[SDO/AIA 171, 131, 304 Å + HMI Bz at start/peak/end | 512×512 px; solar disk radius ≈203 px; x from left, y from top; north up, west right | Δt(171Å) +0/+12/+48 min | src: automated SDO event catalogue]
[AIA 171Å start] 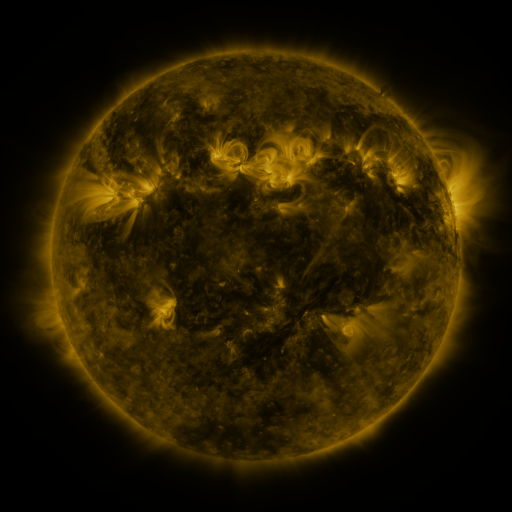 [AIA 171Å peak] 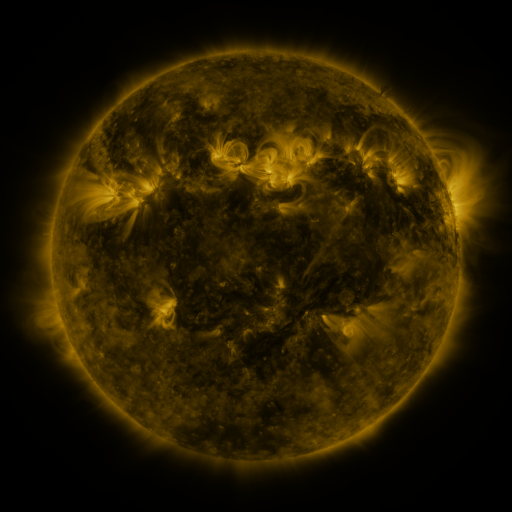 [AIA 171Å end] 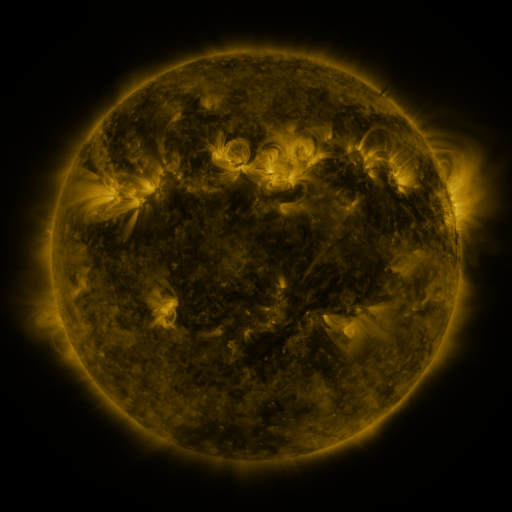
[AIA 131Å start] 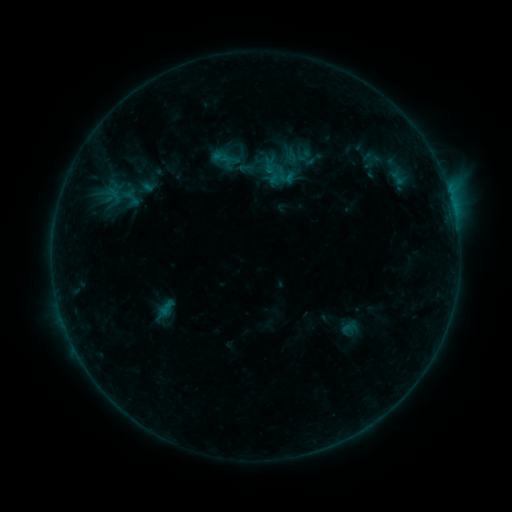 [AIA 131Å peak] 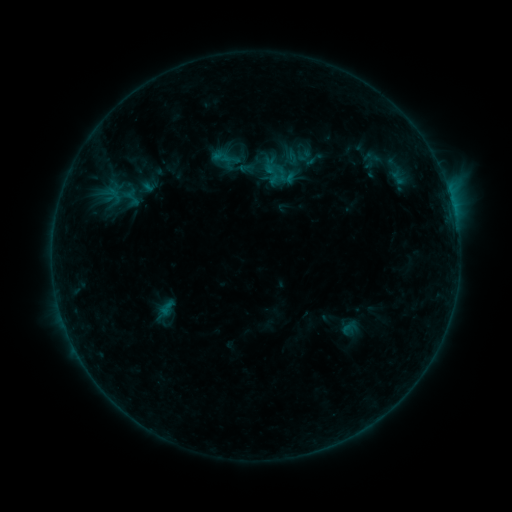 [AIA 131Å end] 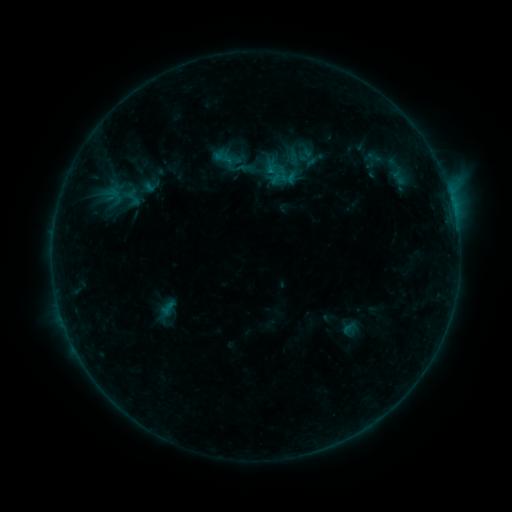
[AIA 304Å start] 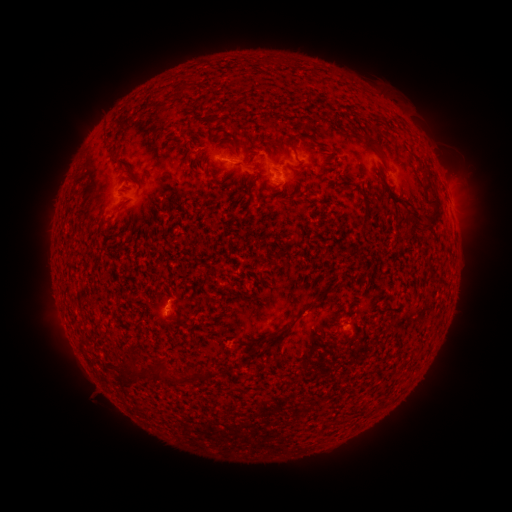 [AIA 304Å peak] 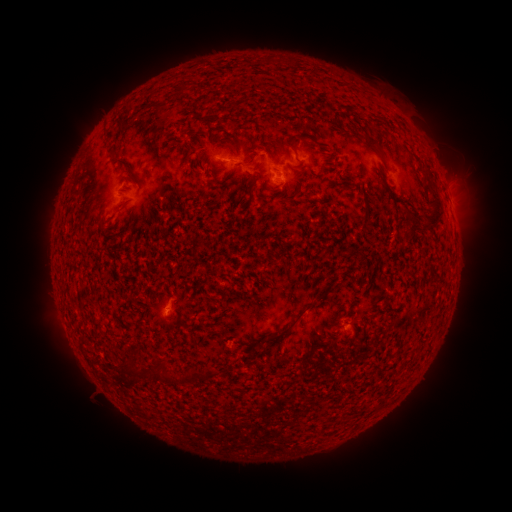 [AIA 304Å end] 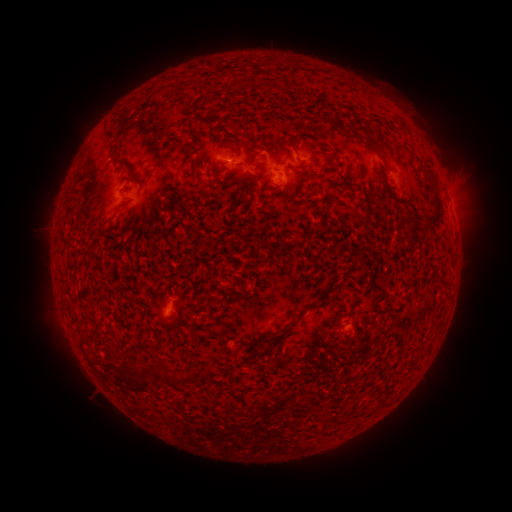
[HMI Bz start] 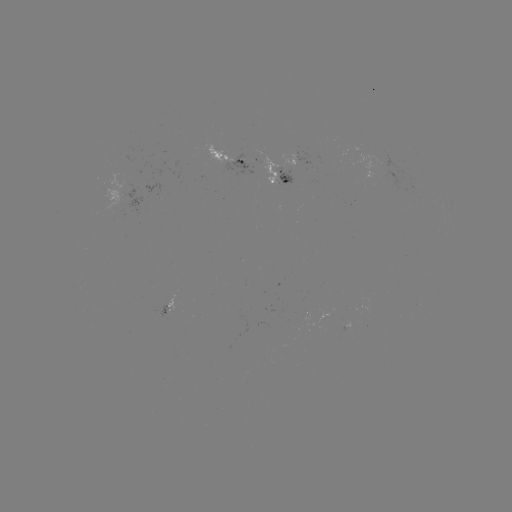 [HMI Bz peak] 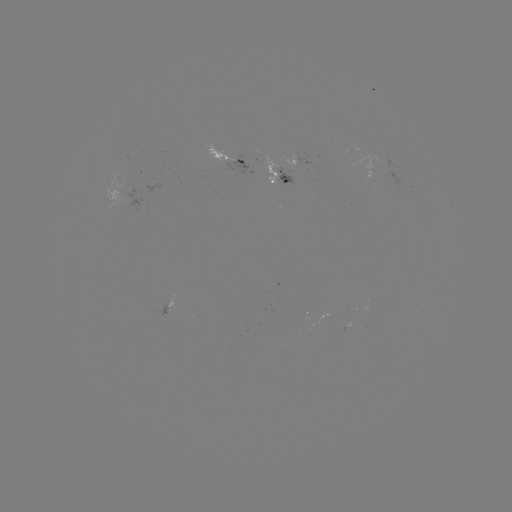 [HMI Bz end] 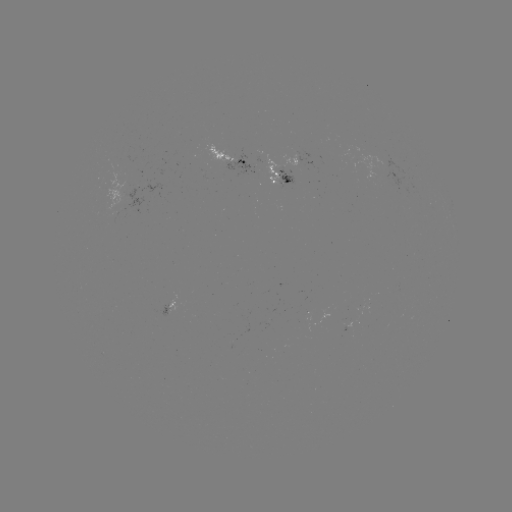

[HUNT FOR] emerging-flux region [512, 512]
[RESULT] [167, 311]